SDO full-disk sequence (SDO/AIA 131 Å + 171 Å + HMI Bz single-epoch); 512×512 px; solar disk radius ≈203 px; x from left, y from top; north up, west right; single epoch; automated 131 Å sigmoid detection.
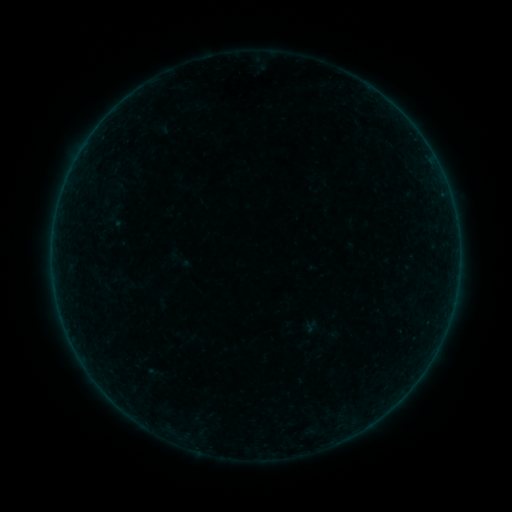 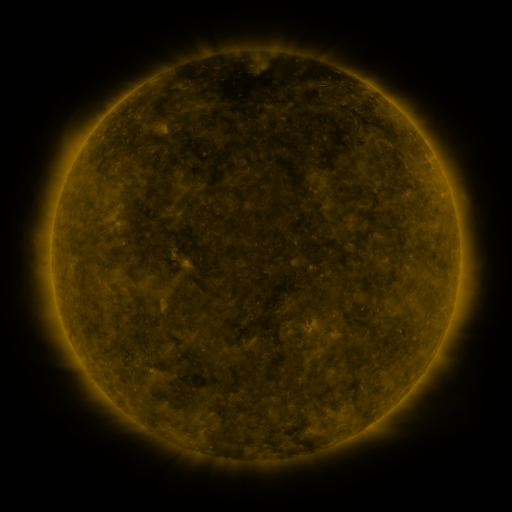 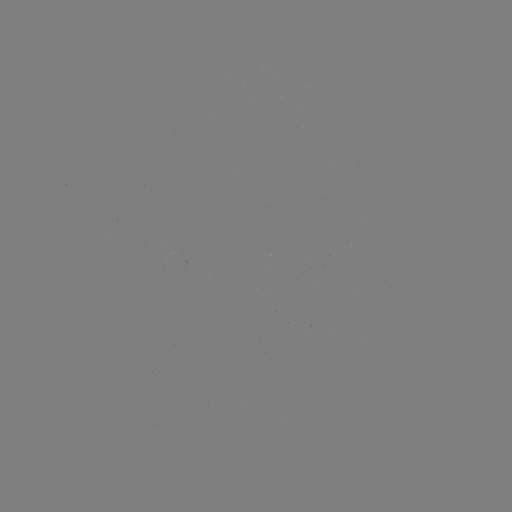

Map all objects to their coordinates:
sigmoid: [169, 248, 189, 270]
